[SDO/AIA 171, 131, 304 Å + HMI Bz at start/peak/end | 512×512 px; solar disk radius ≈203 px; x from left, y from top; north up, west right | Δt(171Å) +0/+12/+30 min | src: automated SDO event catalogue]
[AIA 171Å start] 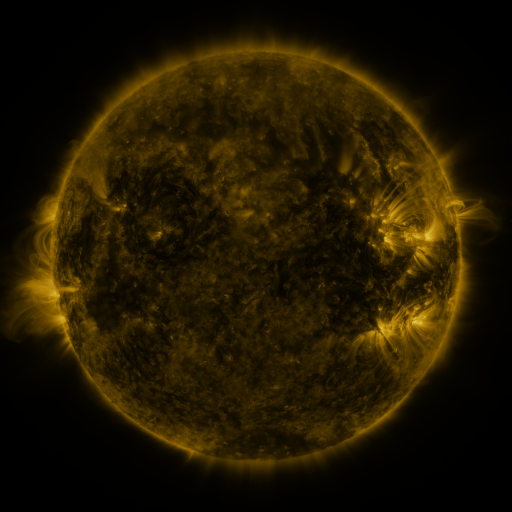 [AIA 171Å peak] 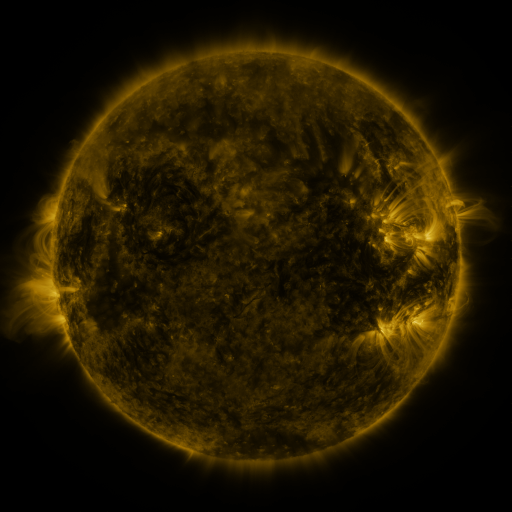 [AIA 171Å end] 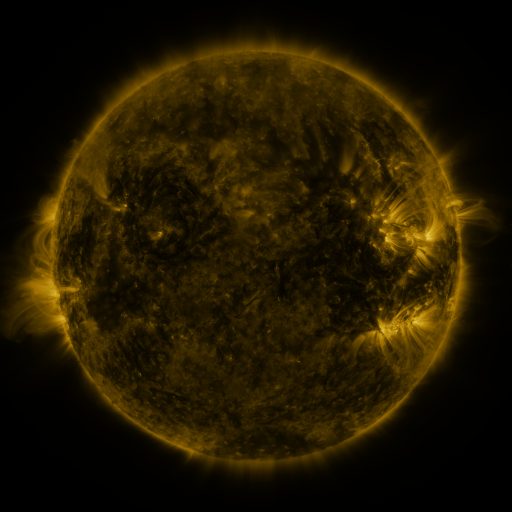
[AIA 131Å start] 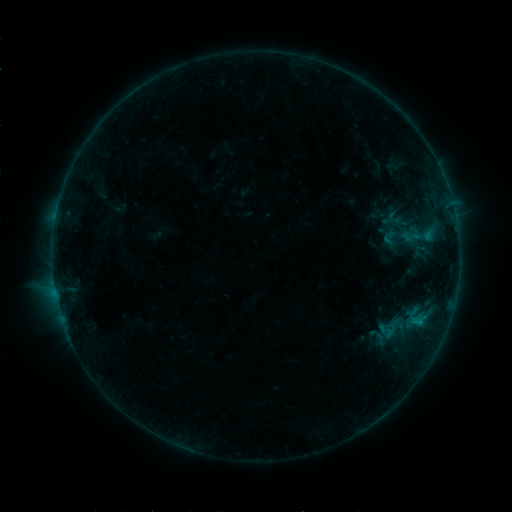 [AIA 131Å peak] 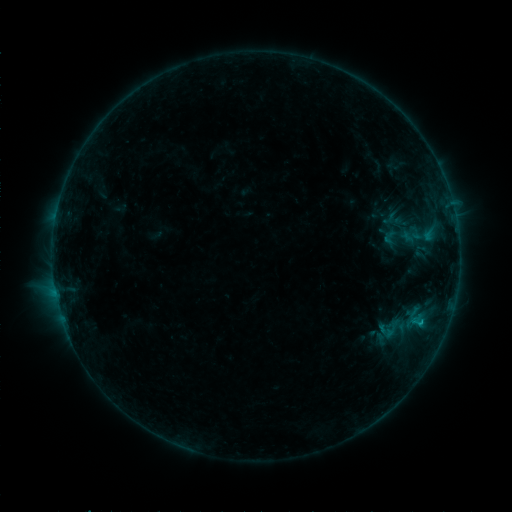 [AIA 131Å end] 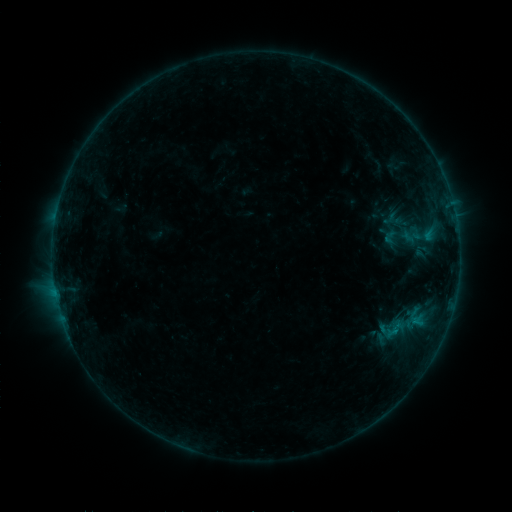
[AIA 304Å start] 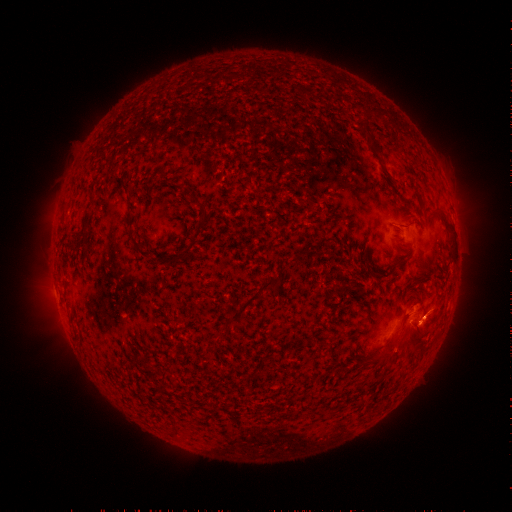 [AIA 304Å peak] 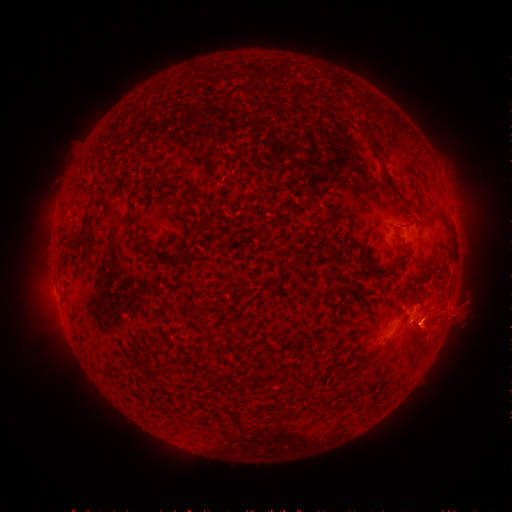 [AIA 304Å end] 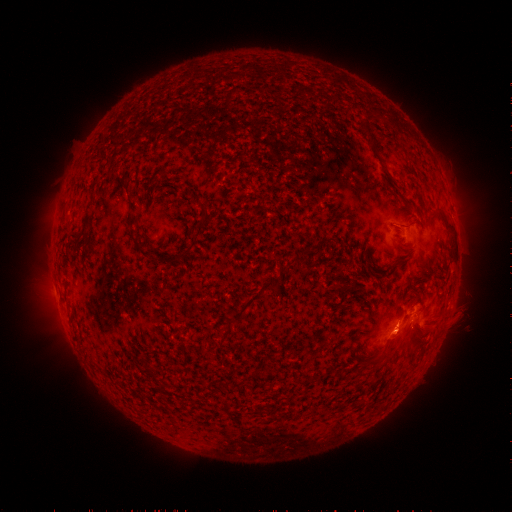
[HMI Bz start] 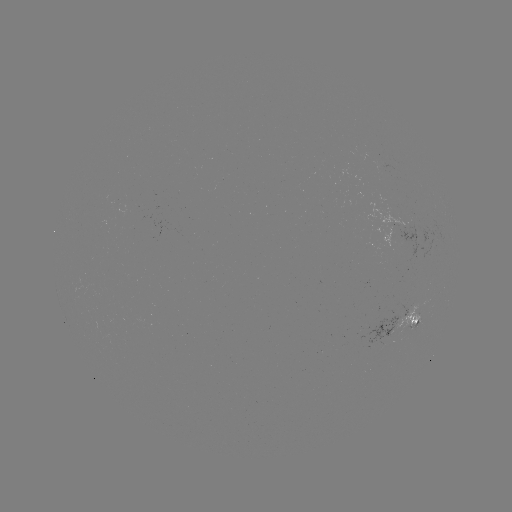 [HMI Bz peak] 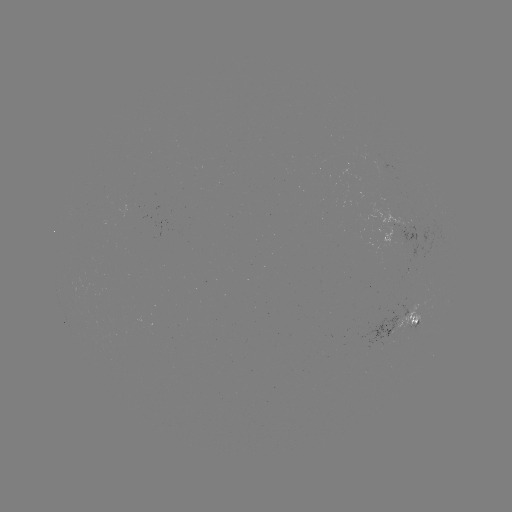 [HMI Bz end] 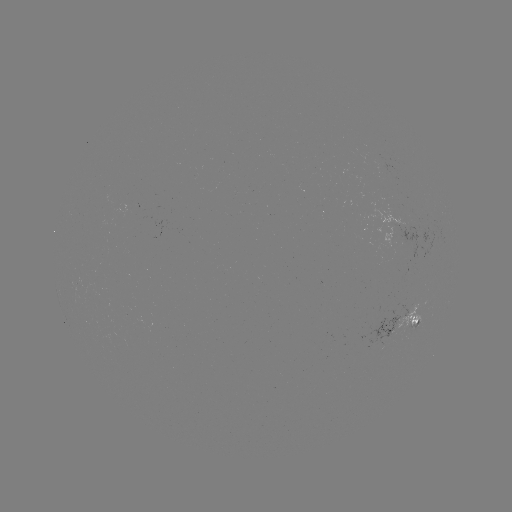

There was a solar eruption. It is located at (454, 316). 